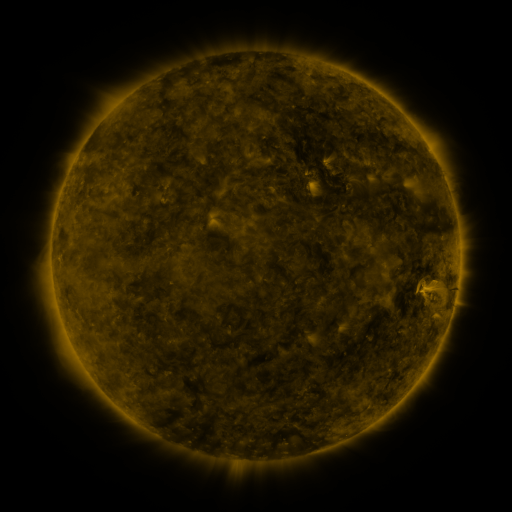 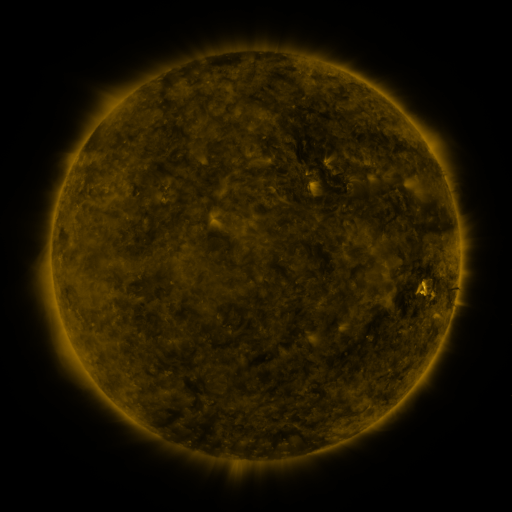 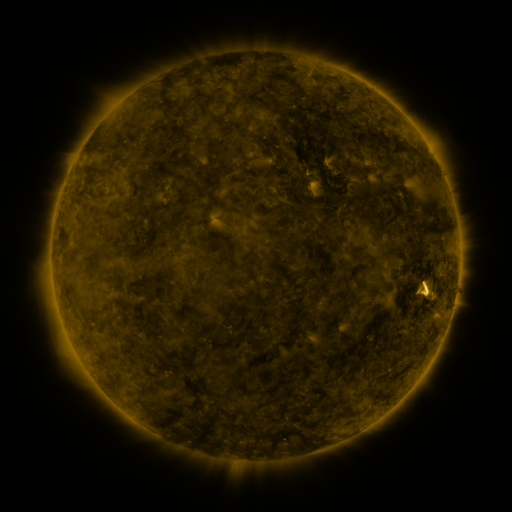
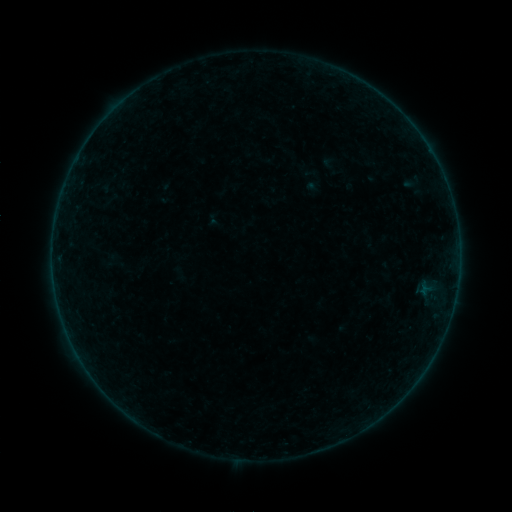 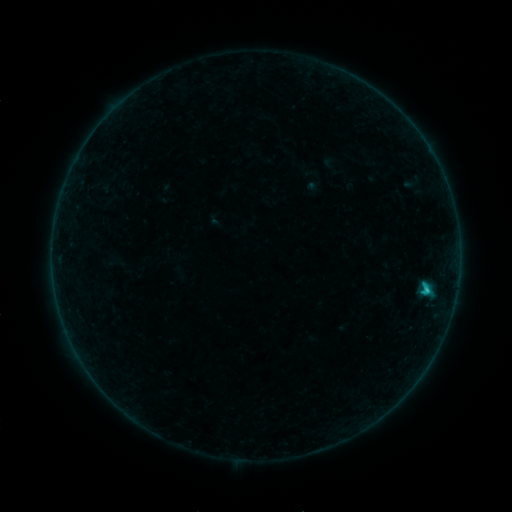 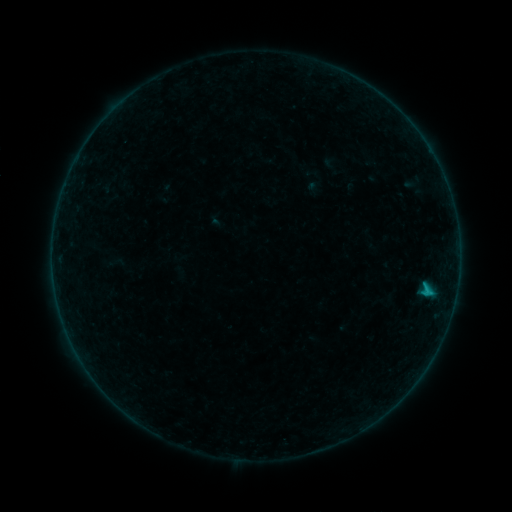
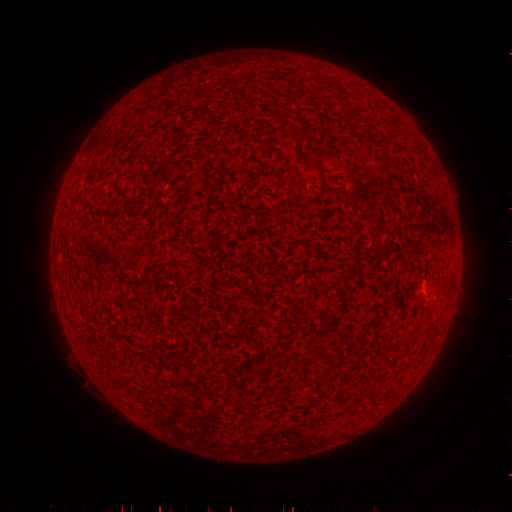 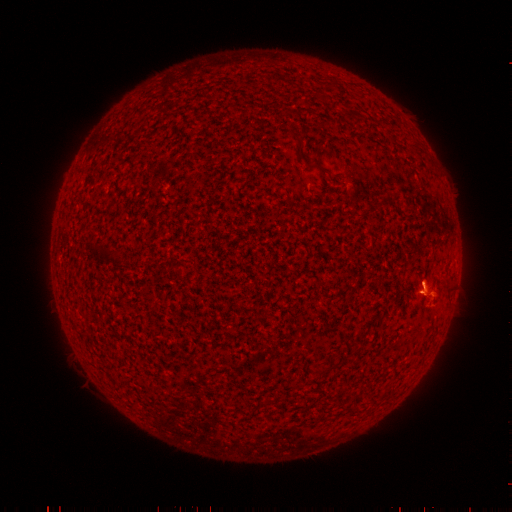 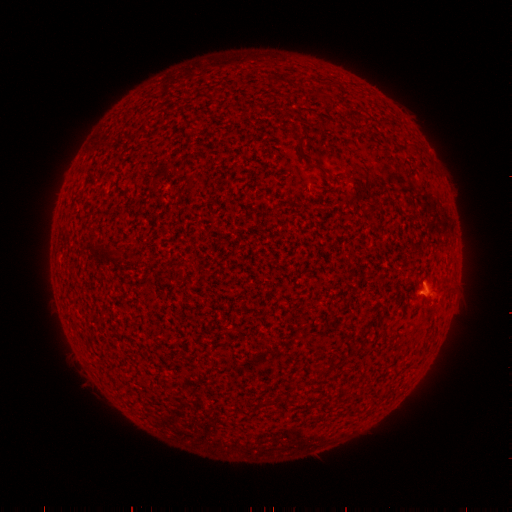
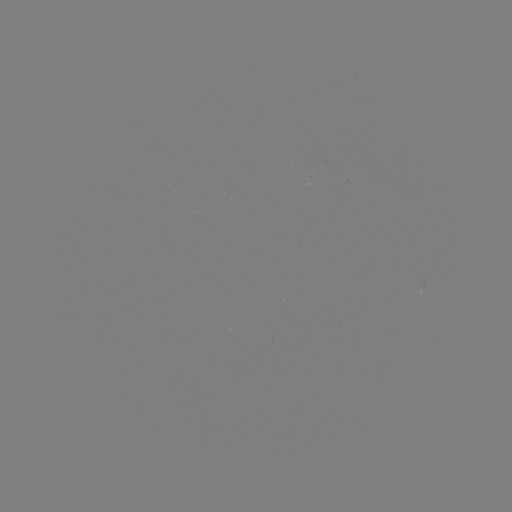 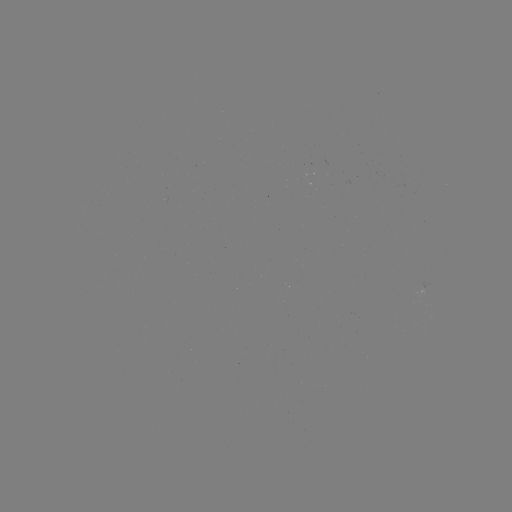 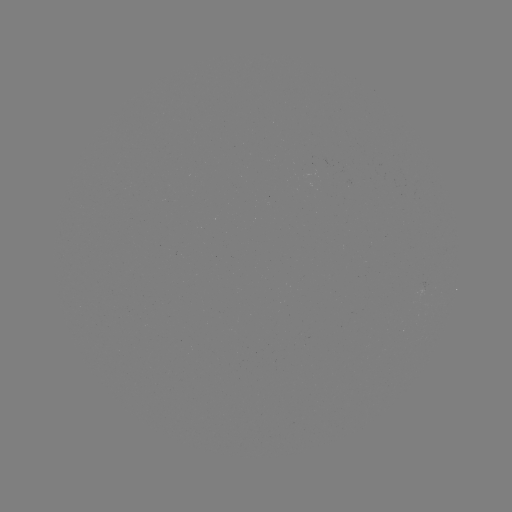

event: flare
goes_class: B9.5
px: (424, 288)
